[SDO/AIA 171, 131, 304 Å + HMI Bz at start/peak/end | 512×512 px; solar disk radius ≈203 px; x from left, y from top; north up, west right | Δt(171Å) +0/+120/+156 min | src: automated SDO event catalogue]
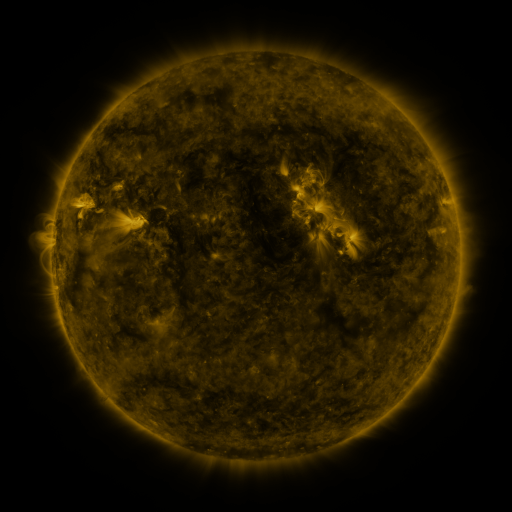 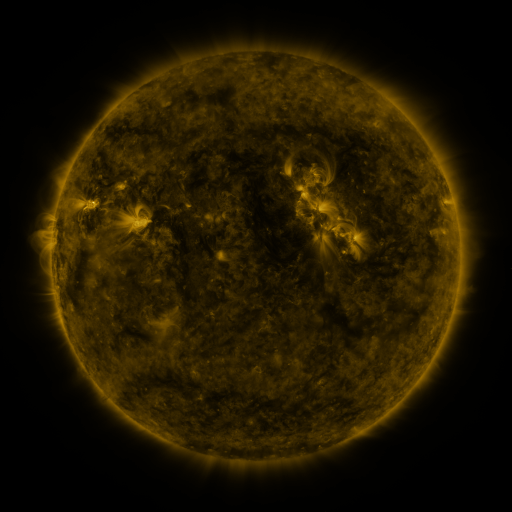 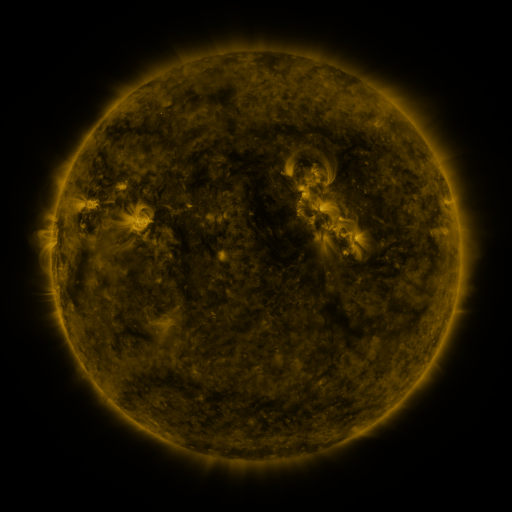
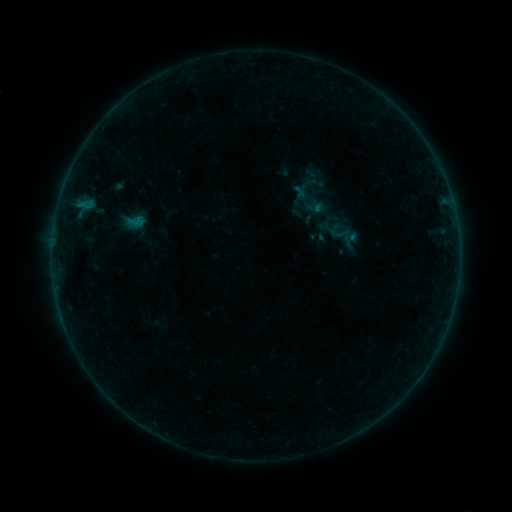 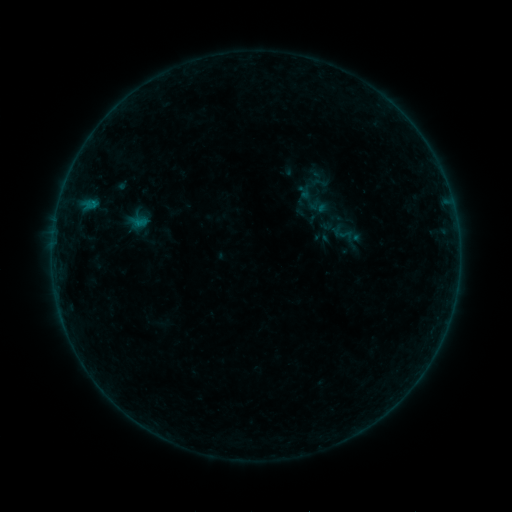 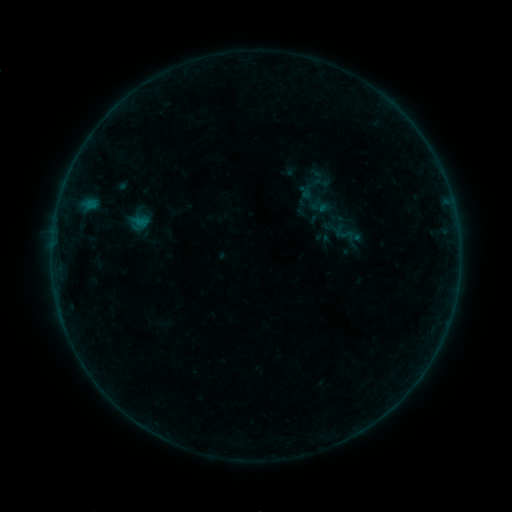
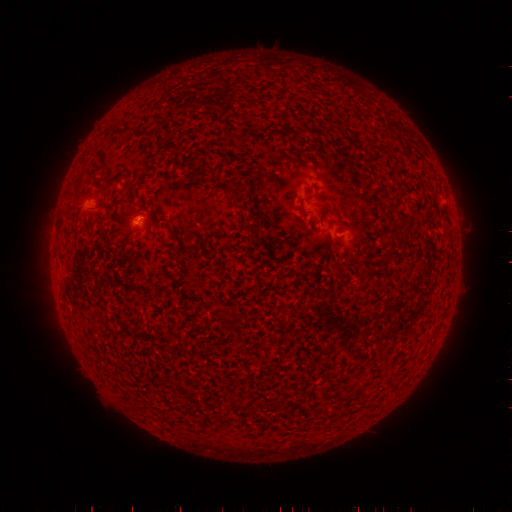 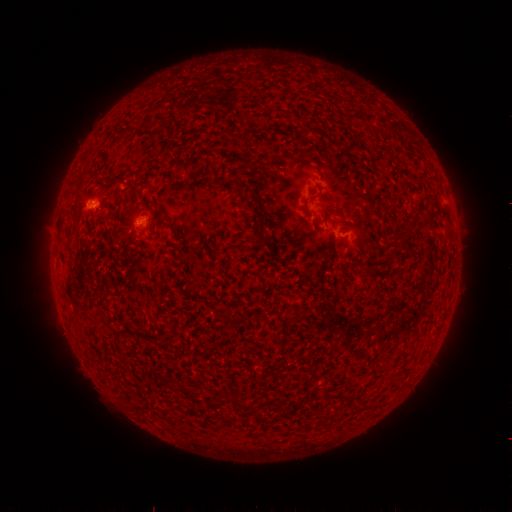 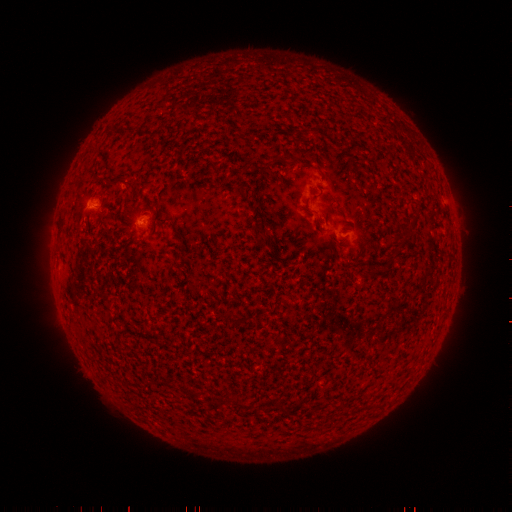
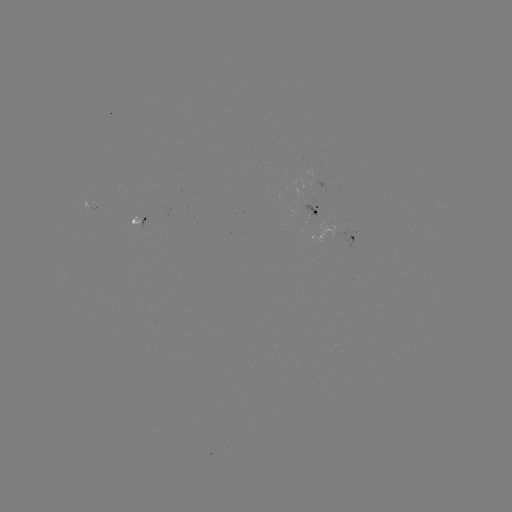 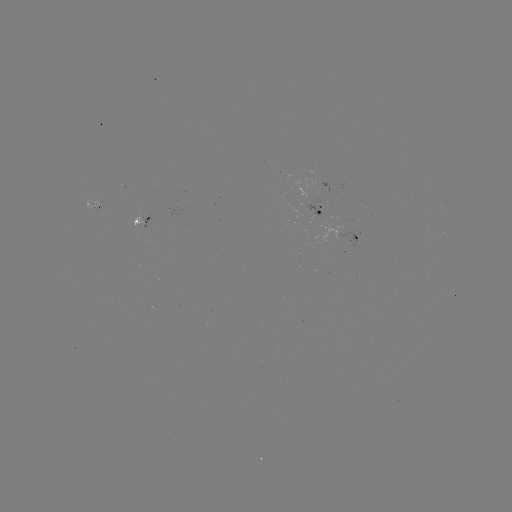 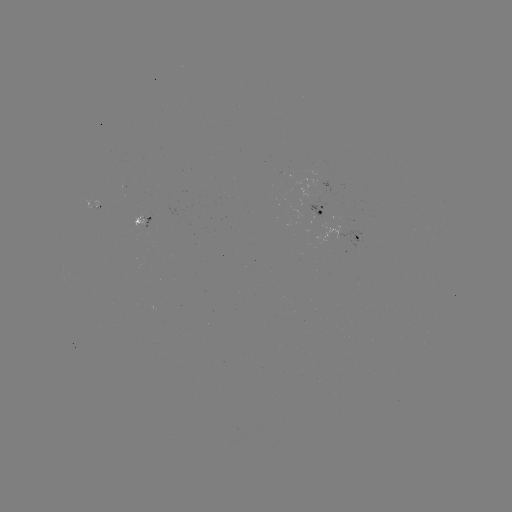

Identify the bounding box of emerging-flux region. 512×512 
[307, 202, 333, 221].